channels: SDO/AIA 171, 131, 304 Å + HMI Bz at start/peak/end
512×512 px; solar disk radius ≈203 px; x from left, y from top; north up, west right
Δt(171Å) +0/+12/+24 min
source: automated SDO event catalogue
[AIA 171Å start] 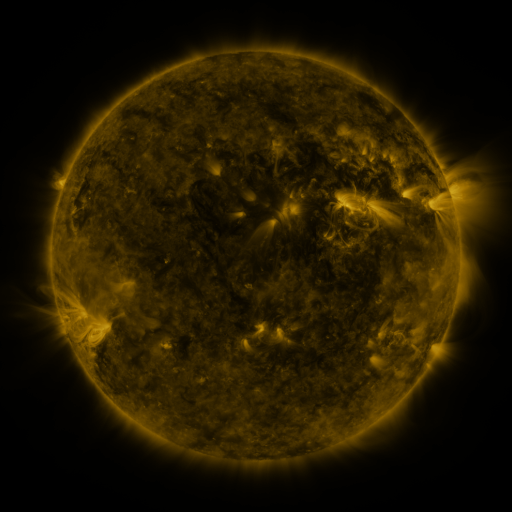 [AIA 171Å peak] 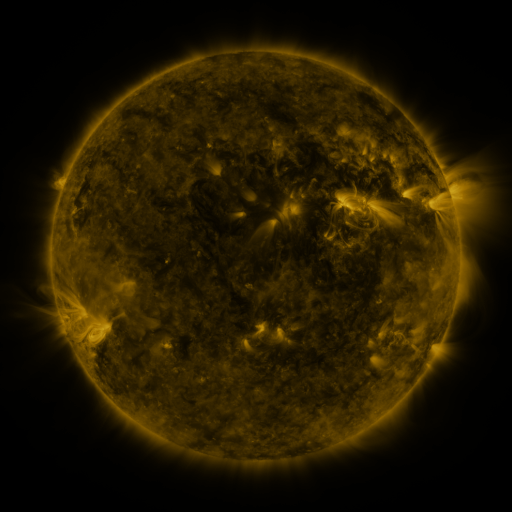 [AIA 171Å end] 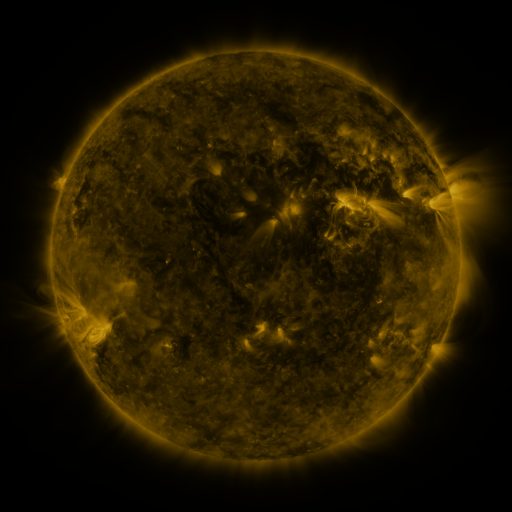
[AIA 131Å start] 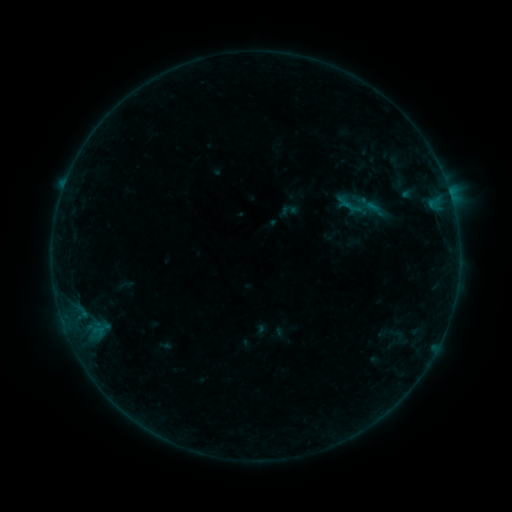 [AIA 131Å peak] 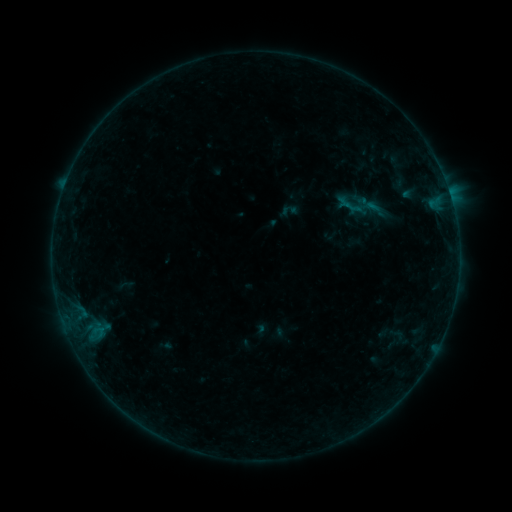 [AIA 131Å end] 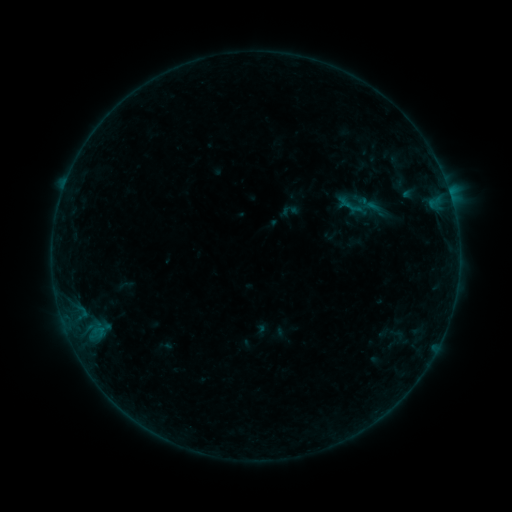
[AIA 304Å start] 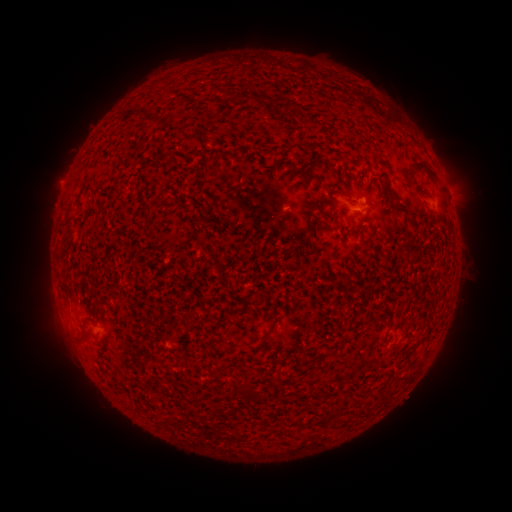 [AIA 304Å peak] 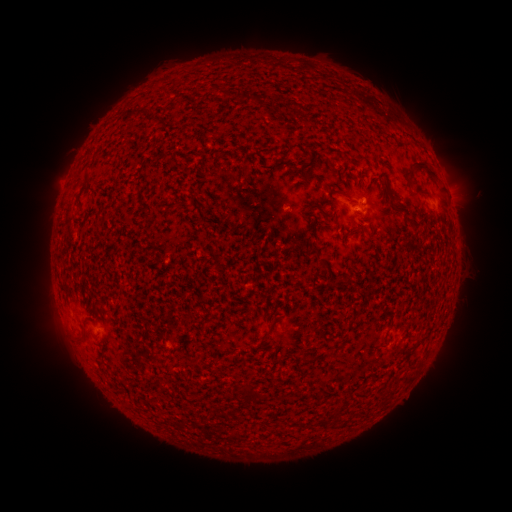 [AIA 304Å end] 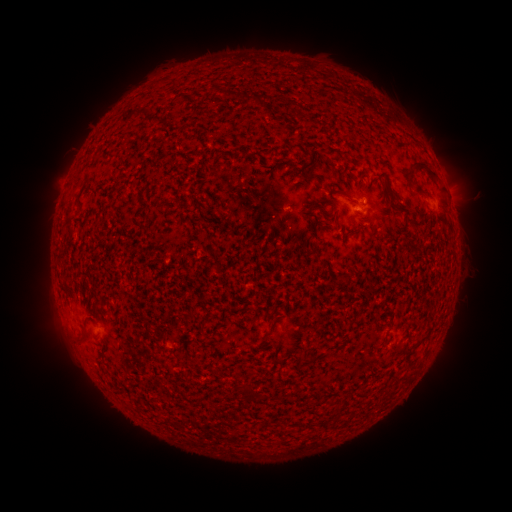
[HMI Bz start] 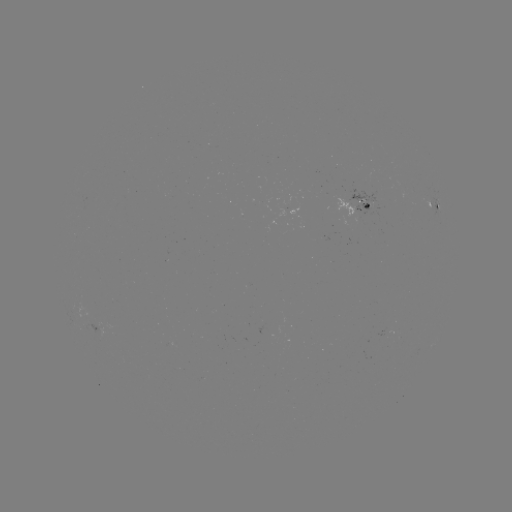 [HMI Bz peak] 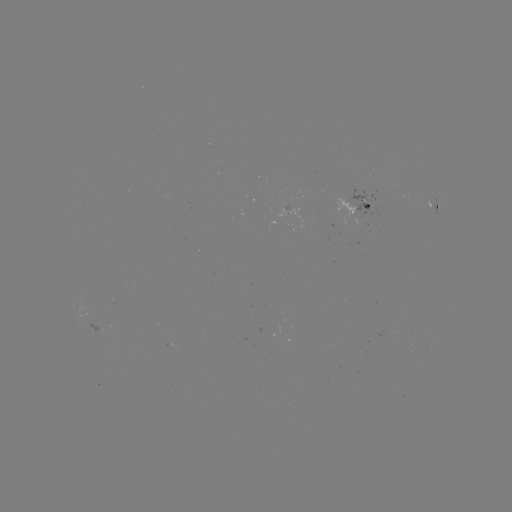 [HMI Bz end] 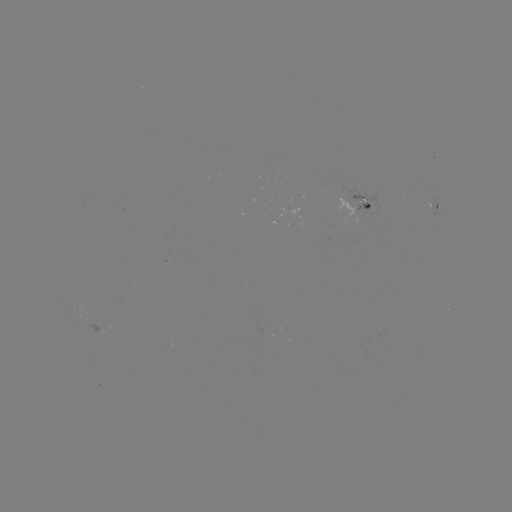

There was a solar flare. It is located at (436, 204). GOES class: B1.1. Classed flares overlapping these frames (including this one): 1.